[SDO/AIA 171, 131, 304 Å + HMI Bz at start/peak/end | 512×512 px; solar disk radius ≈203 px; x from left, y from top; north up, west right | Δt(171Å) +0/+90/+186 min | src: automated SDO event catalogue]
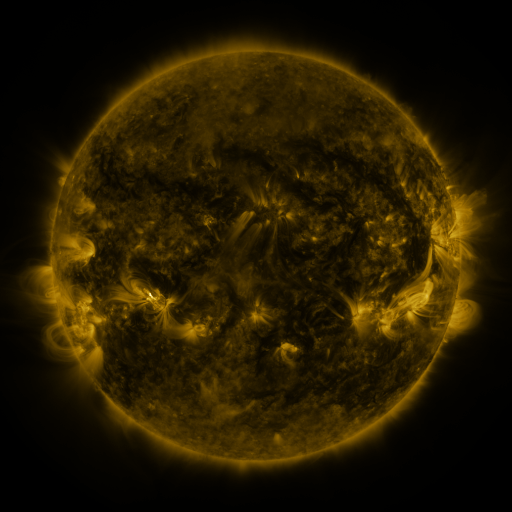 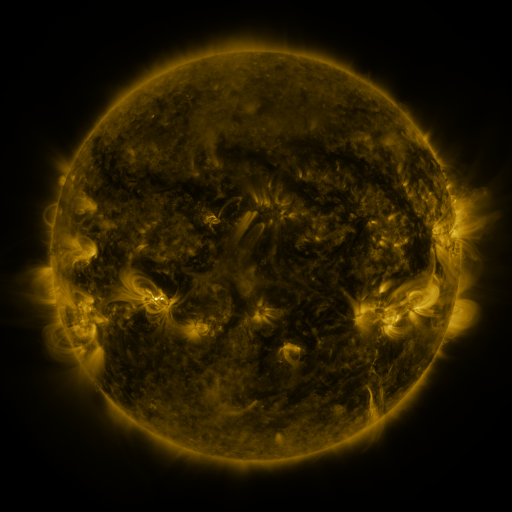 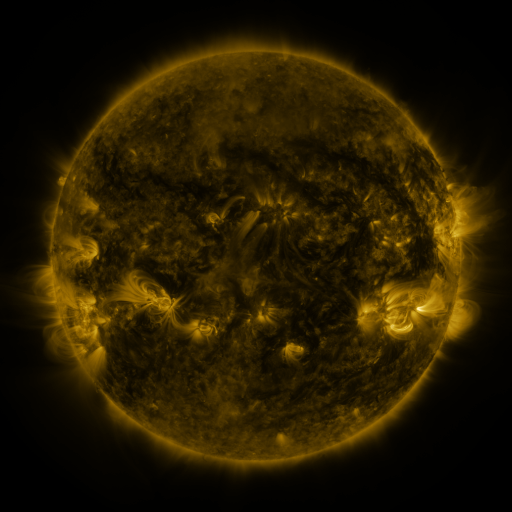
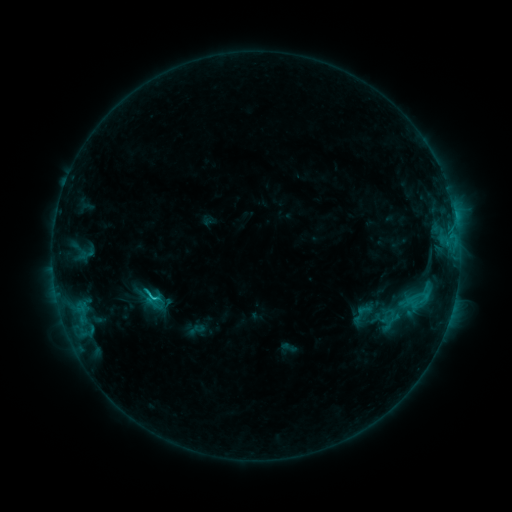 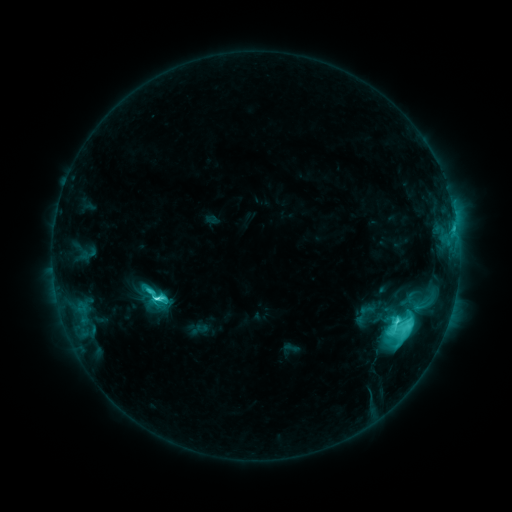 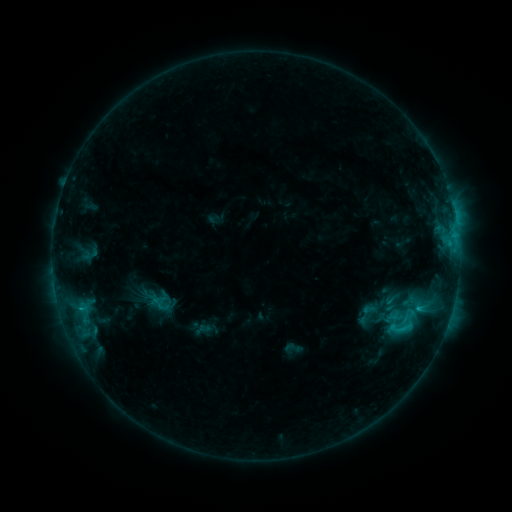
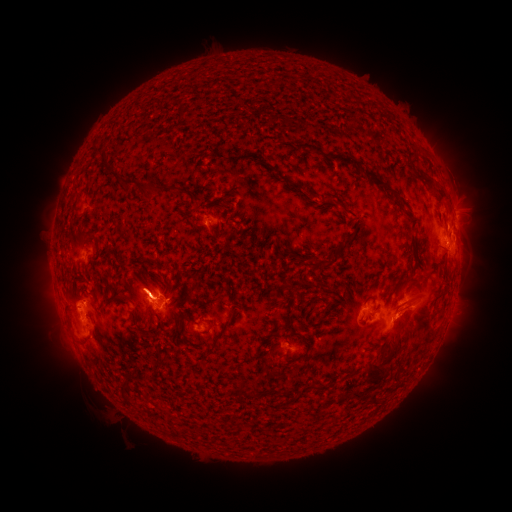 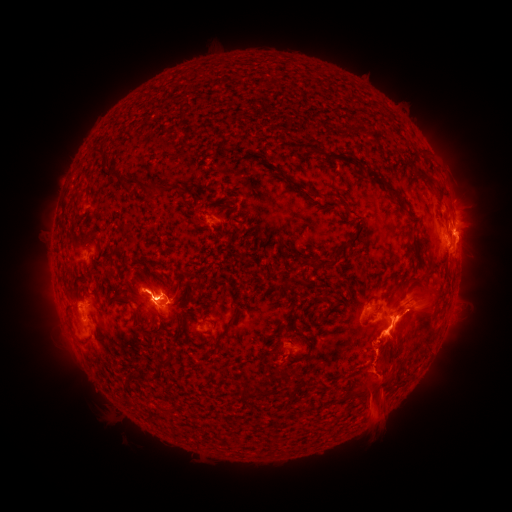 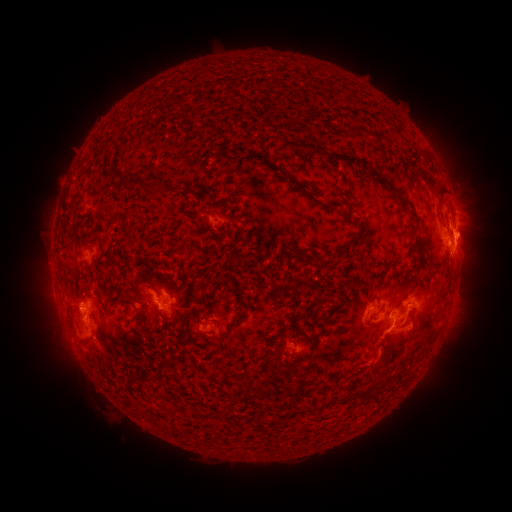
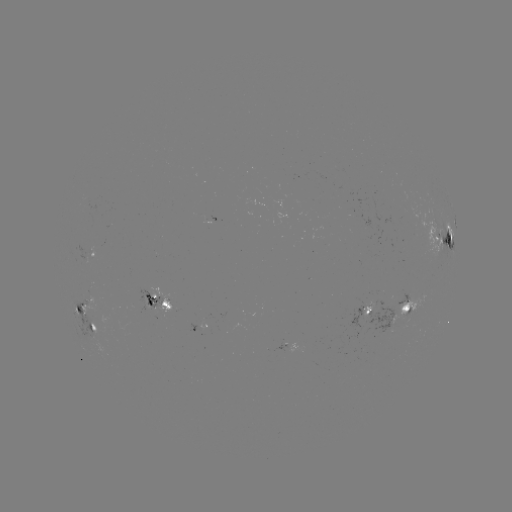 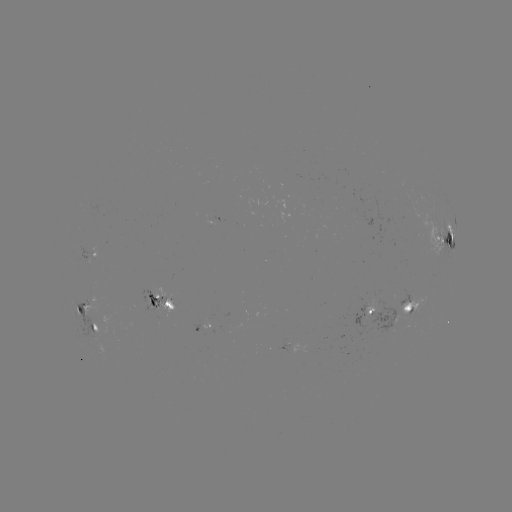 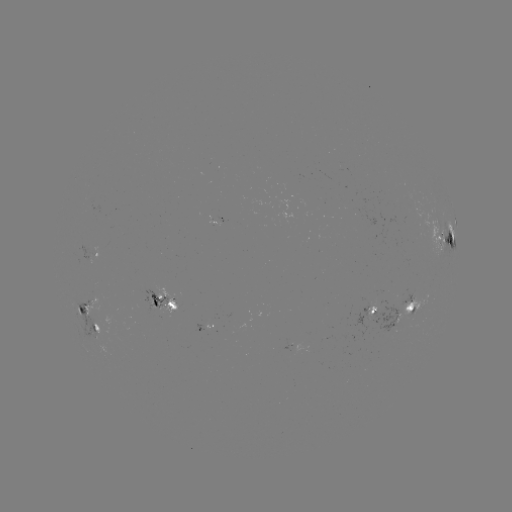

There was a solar filament eruption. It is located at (339, 423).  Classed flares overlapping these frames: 1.